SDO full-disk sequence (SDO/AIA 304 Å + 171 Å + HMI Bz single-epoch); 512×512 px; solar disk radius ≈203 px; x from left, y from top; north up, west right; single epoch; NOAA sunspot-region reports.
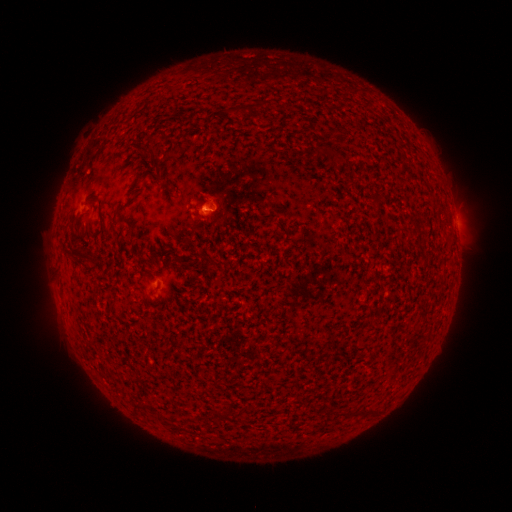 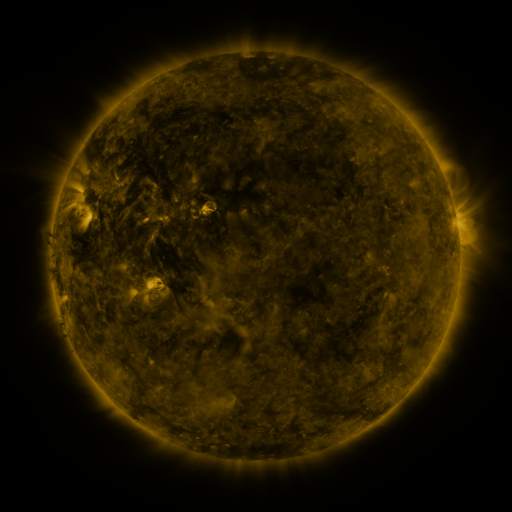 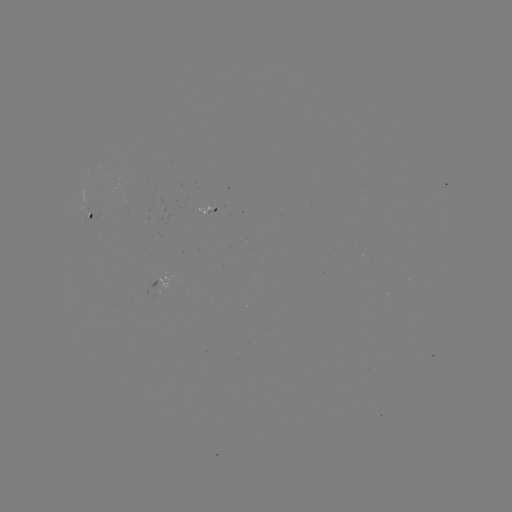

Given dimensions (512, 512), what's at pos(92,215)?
spotted active region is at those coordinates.